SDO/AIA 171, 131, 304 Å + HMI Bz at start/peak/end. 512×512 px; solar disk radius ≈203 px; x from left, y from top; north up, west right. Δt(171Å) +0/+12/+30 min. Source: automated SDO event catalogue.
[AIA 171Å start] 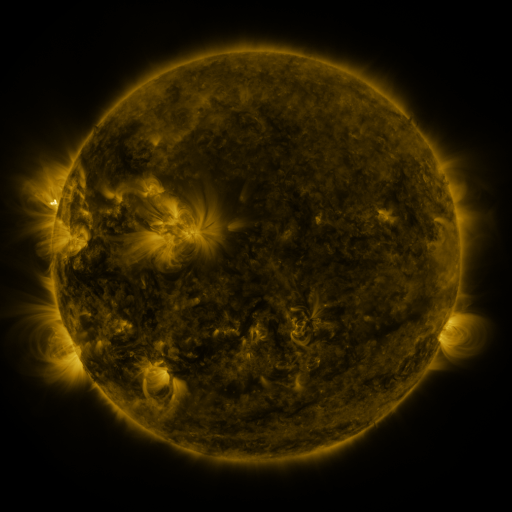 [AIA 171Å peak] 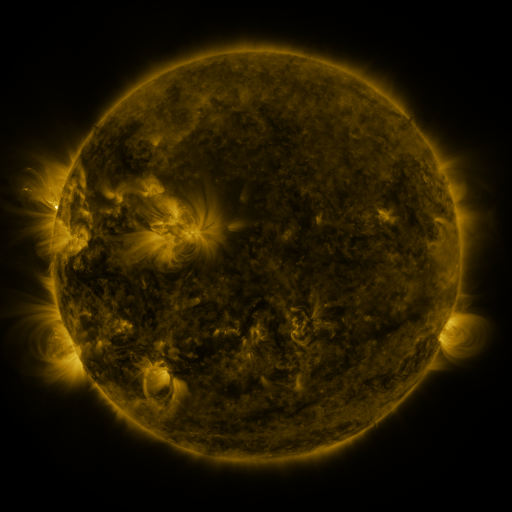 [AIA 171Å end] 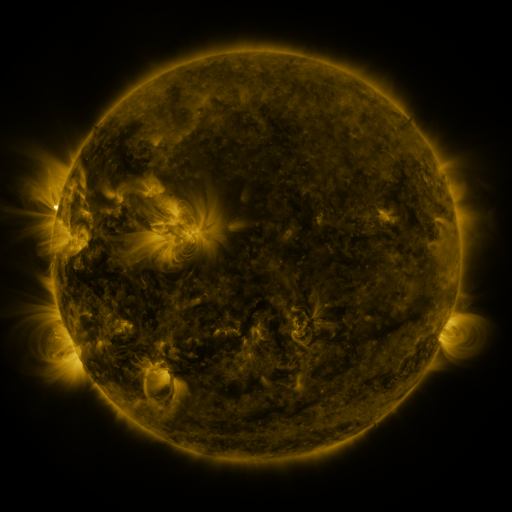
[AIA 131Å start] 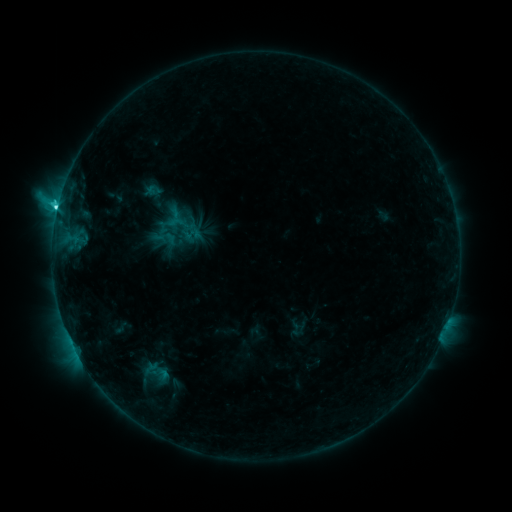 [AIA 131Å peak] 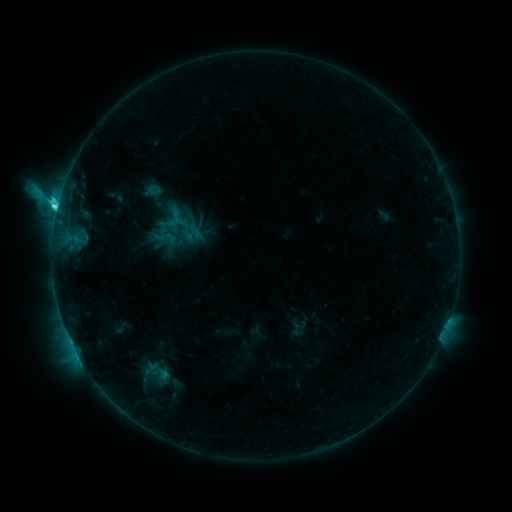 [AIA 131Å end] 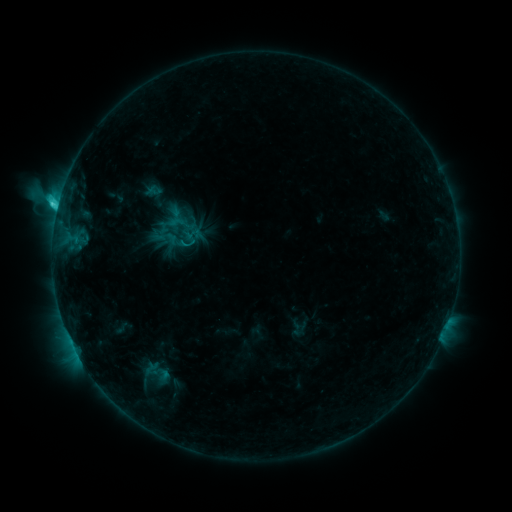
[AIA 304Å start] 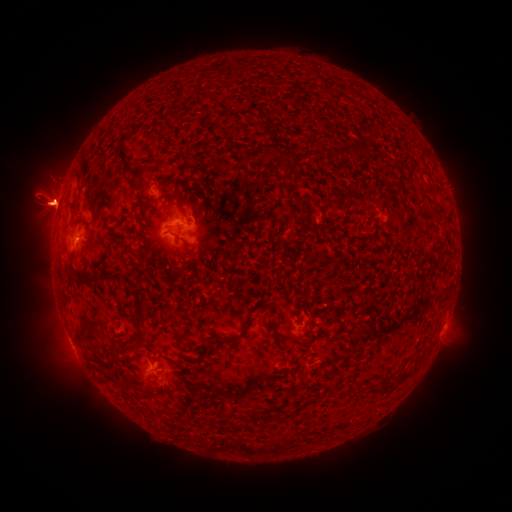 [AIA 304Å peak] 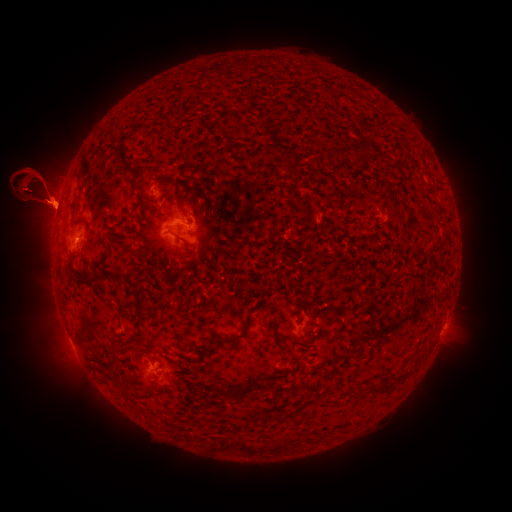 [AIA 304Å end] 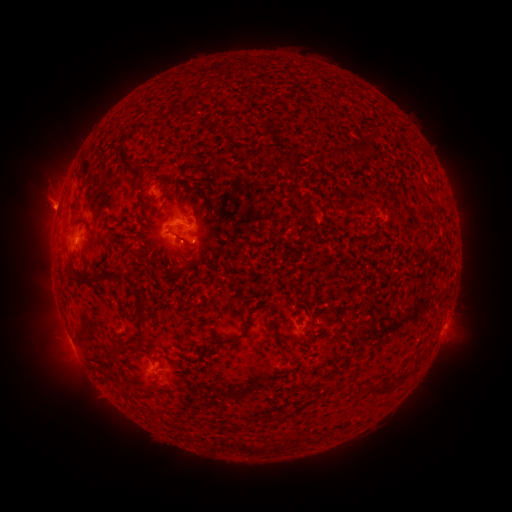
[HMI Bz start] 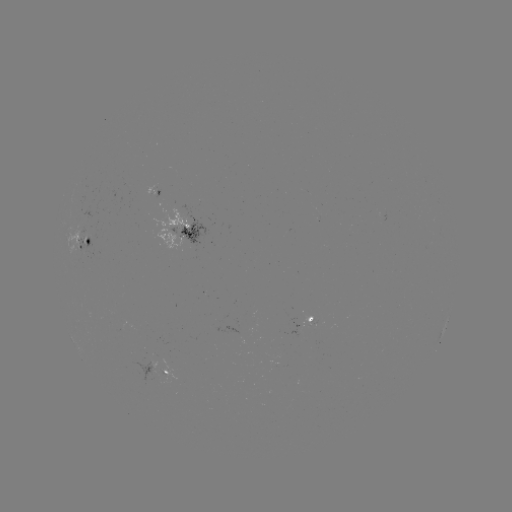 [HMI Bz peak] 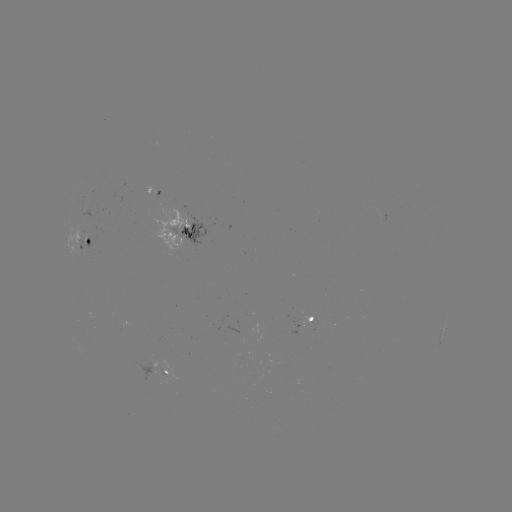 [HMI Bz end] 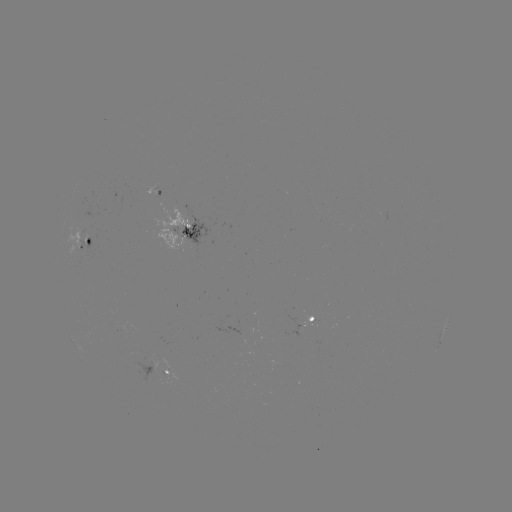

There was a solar eruption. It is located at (41, 188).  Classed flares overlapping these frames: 1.